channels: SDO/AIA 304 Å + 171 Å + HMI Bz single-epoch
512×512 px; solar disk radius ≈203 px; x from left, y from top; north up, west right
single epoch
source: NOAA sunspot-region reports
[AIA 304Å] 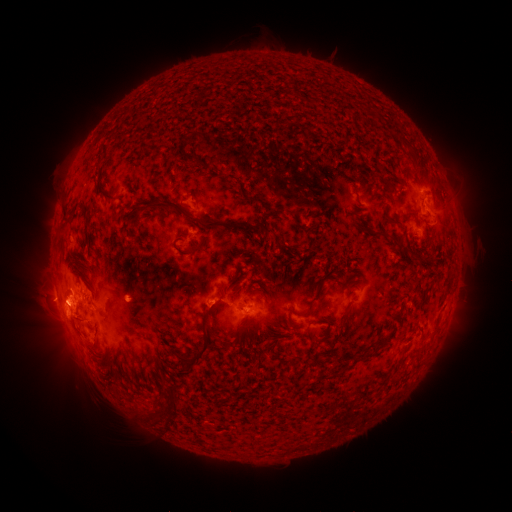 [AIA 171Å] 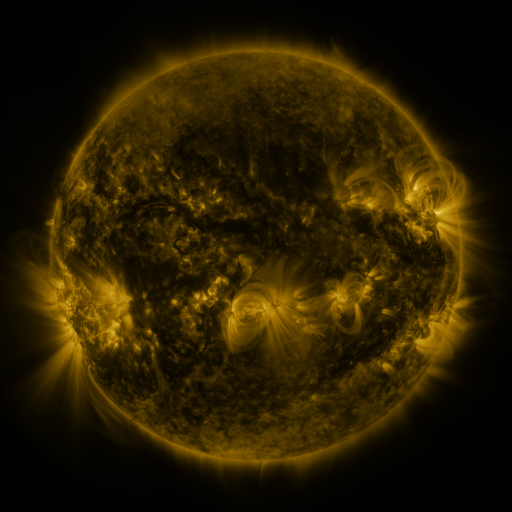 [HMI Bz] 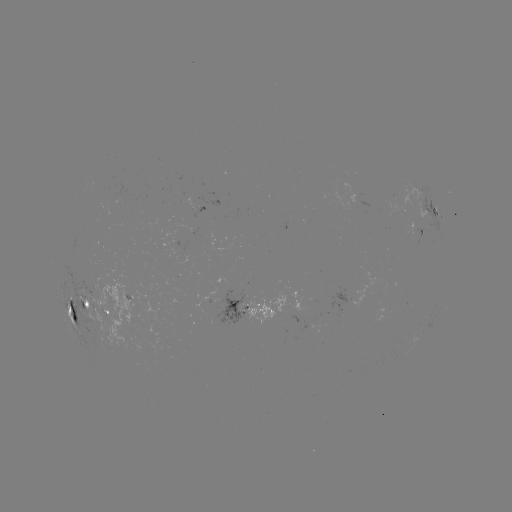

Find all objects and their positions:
spotted active region: (201, 209)
spotted active region: (433, 211)
spotted active region: (419, 233)
spotted active region: (301, 297)
spotted active region: (245, 308)
spotted active region: (92, 314)
